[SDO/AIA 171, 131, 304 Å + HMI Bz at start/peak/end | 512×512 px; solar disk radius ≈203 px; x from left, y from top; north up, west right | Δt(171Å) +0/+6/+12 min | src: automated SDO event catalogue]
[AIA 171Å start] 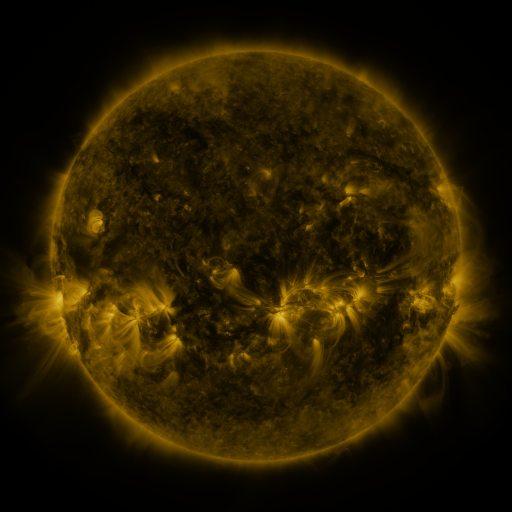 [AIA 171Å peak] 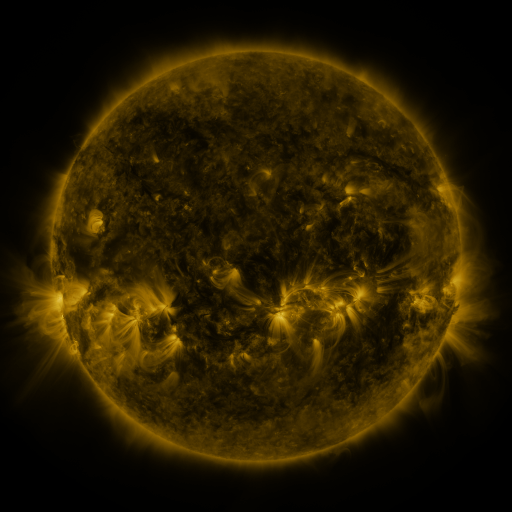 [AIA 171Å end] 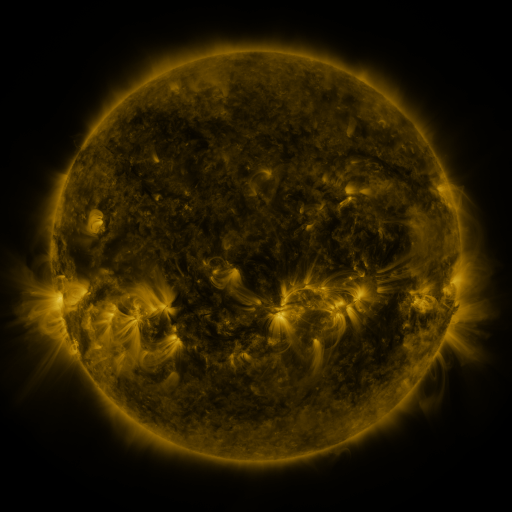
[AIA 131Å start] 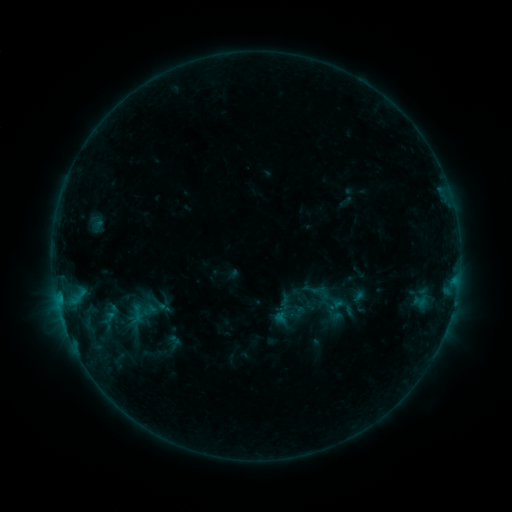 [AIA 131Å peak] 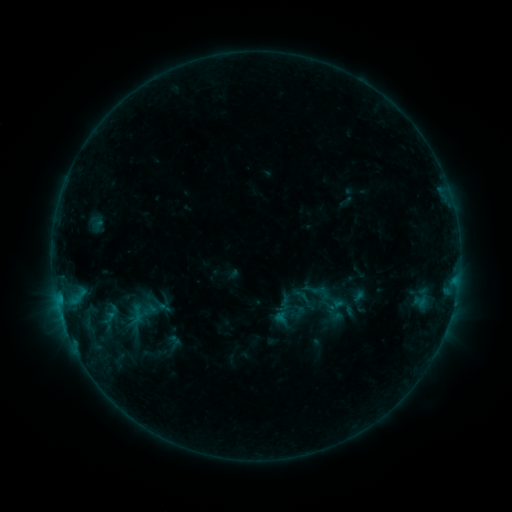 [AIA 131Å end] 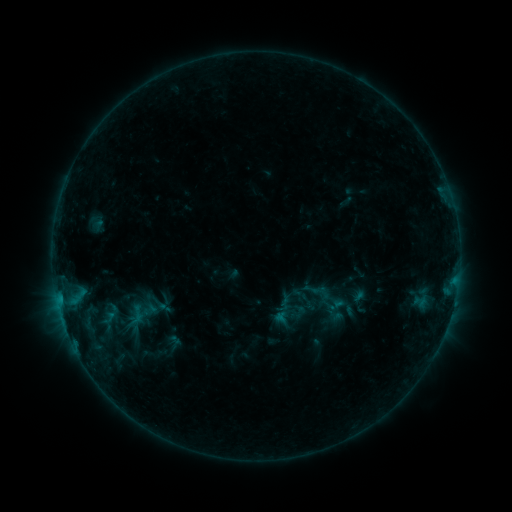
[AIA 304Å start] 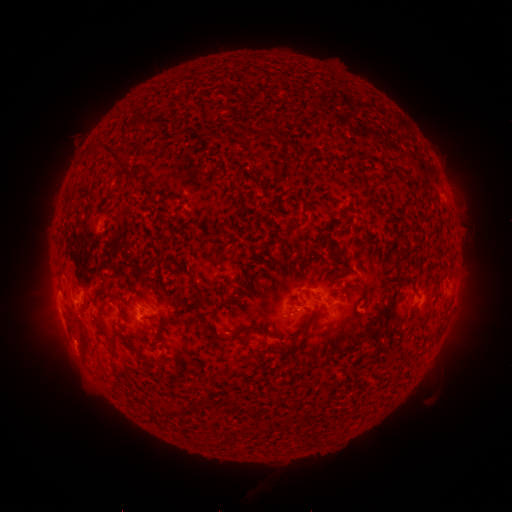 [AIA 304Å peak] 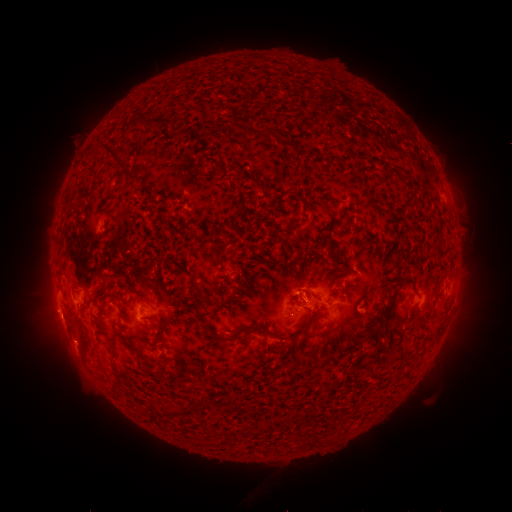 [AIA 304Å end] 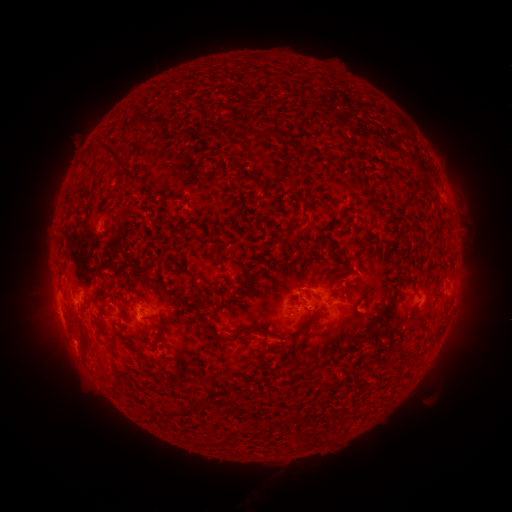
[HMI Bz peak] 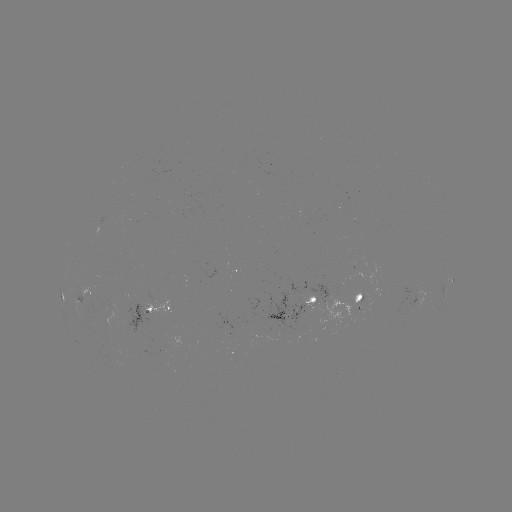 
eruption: <bbox>27, 293, 78, 342</bbox>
